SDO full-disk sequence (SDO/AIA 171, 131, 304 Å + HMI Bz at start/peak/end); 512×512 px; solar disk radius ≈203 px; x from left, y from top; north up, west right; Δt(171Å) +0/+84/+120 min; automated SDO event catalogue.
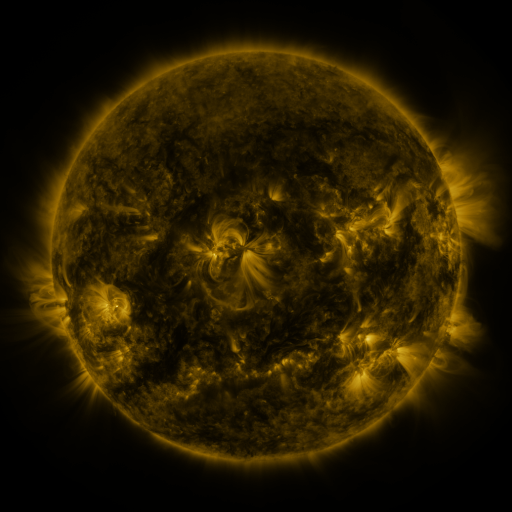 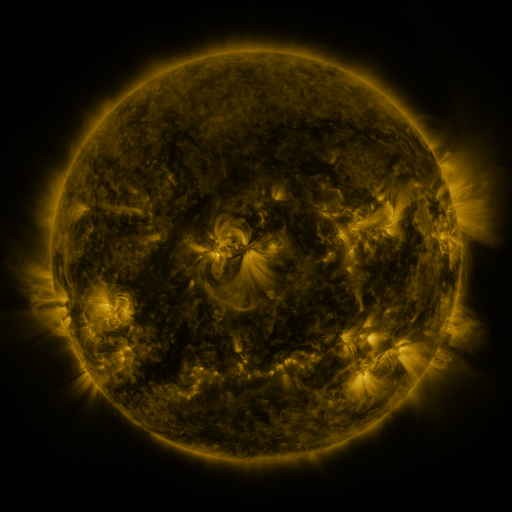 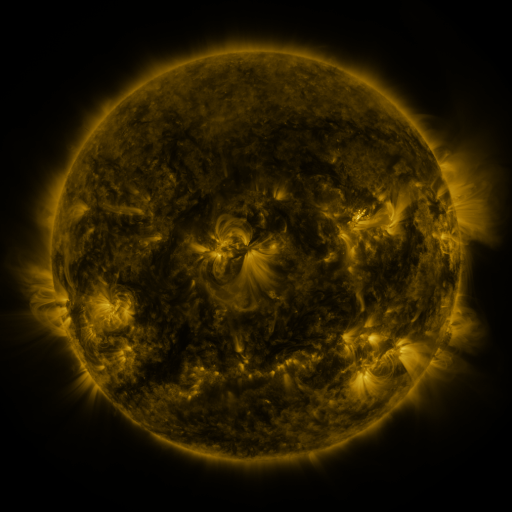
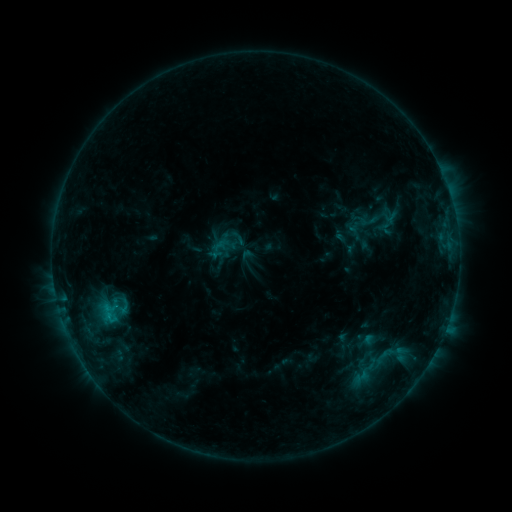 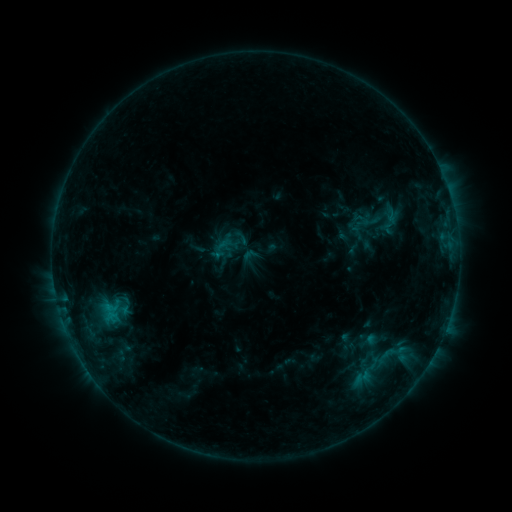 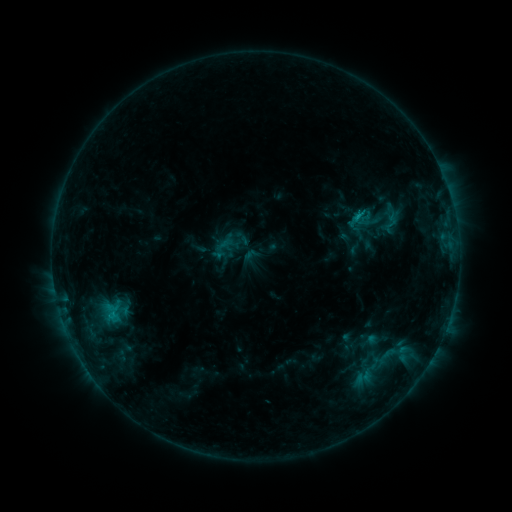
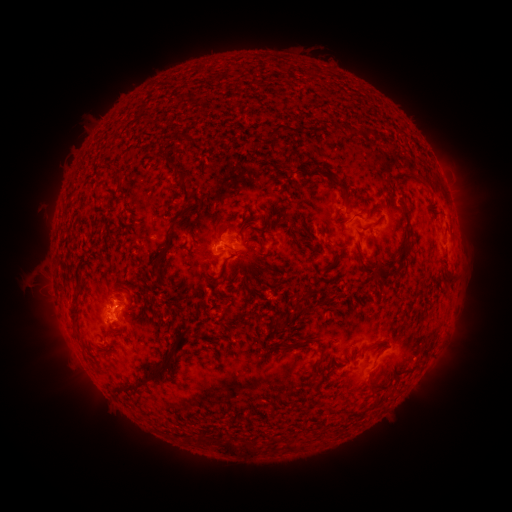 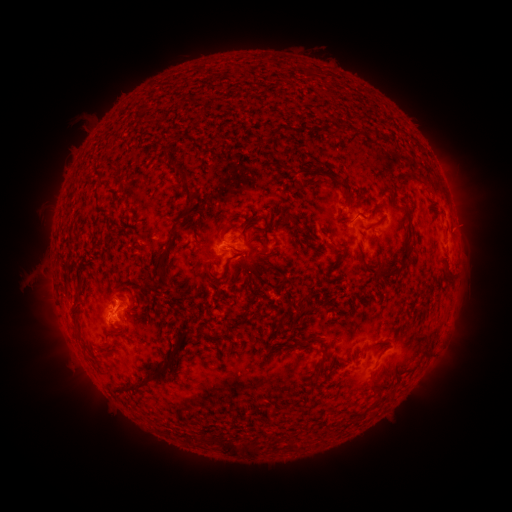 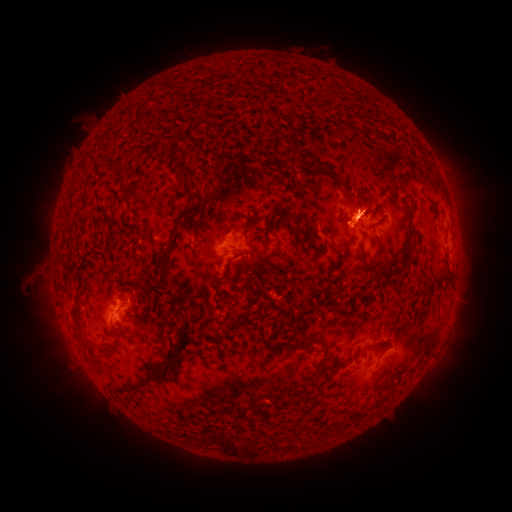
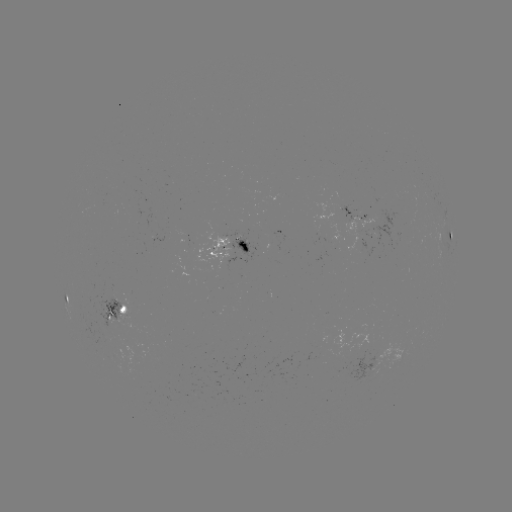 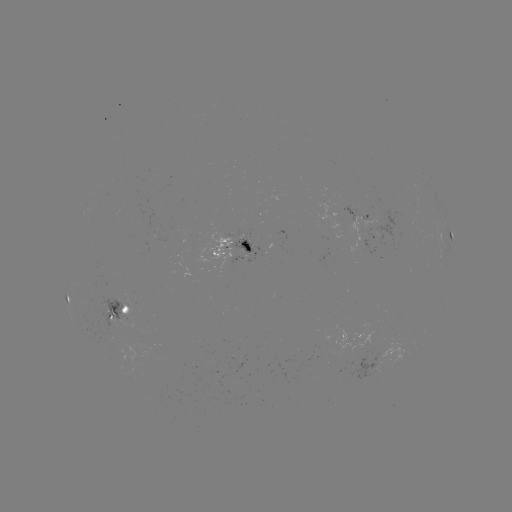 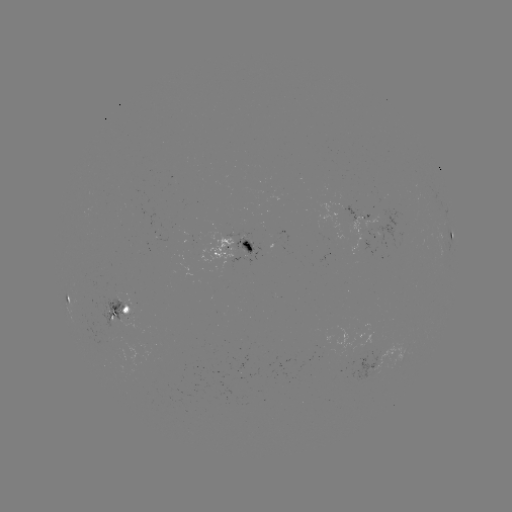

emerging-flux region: <bbox>268, 232, 287, 244</bbox>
